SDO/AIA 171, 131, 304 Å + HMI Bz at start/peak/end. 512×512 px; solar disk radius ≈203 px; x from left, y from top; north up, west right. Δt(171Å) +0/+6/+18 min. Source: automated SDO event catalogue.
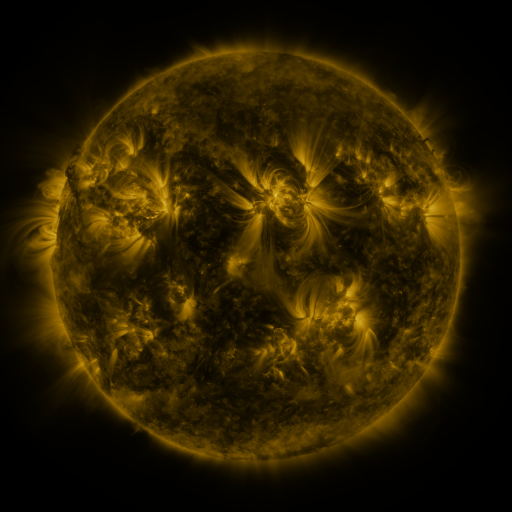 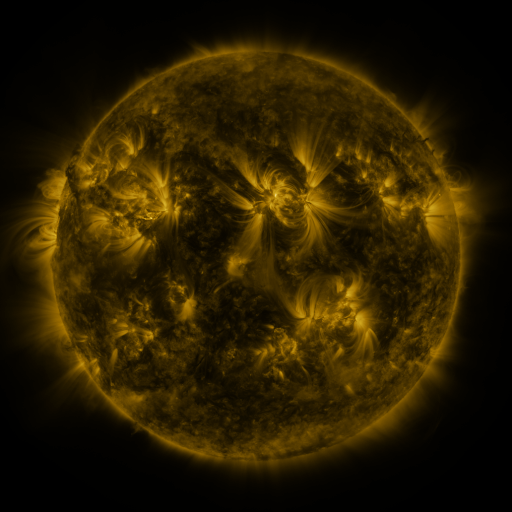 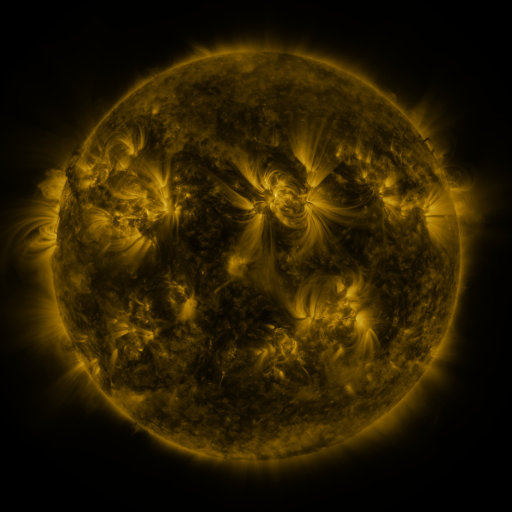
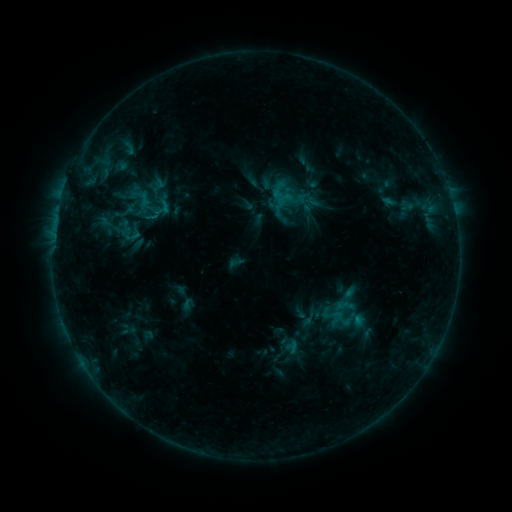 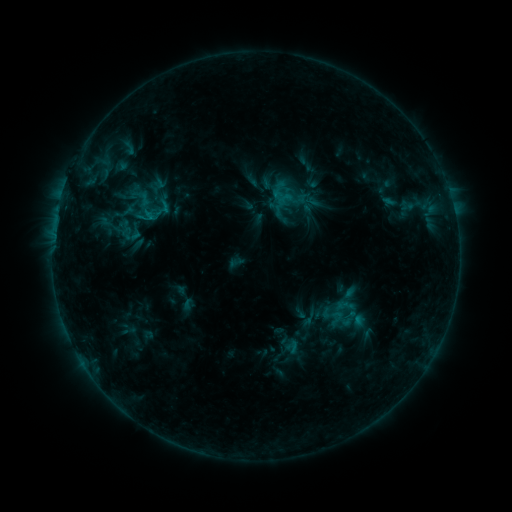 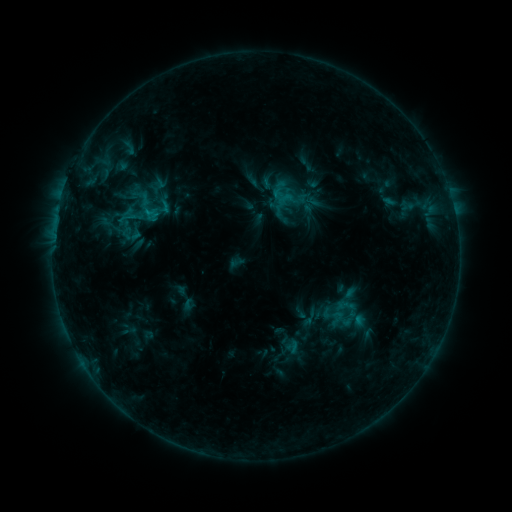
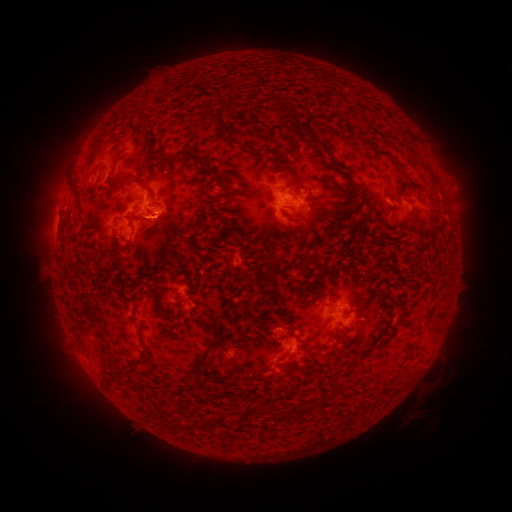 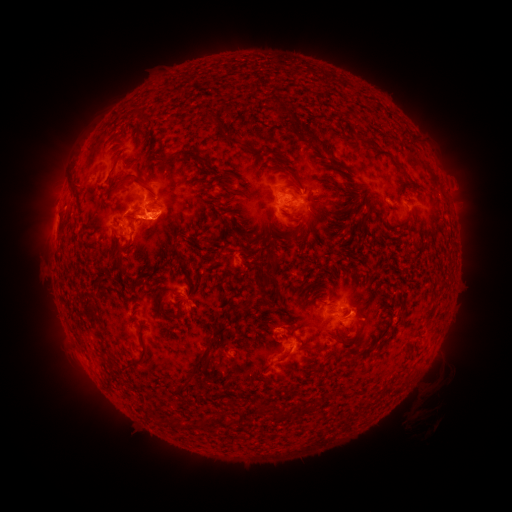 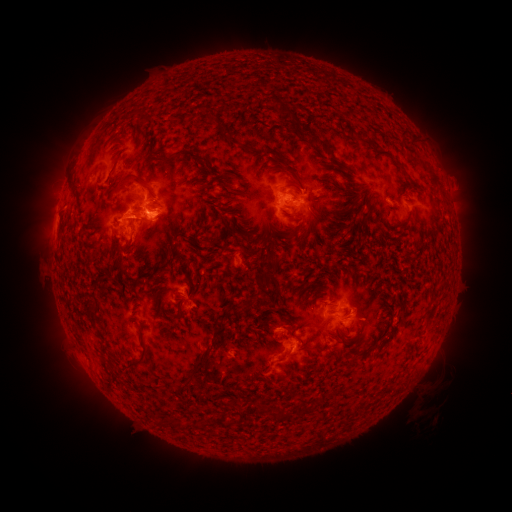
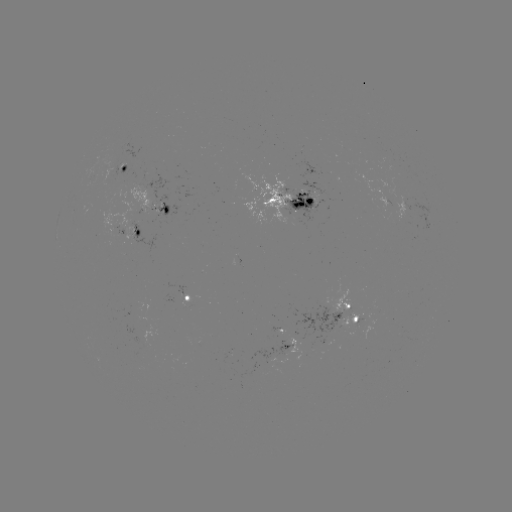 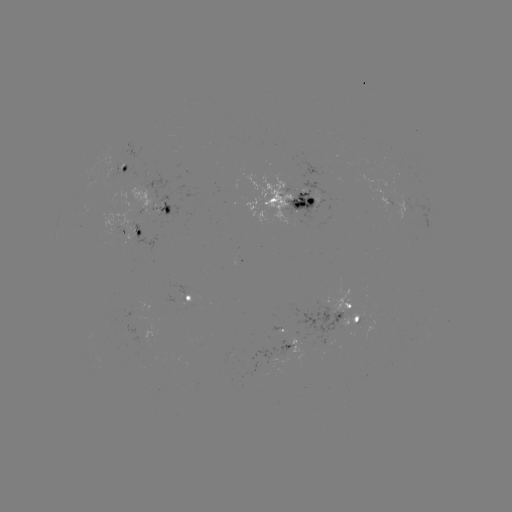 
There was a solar eruption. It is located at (155, 222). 